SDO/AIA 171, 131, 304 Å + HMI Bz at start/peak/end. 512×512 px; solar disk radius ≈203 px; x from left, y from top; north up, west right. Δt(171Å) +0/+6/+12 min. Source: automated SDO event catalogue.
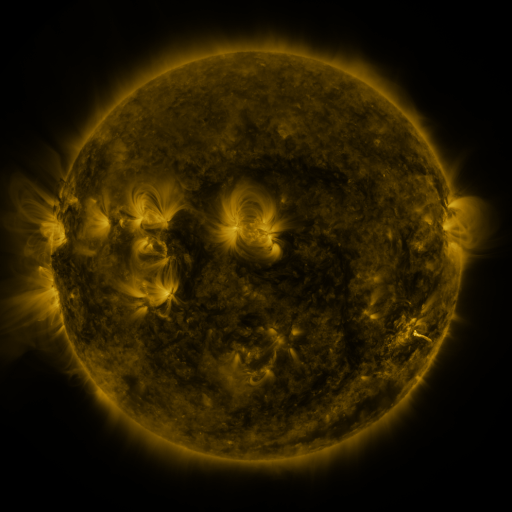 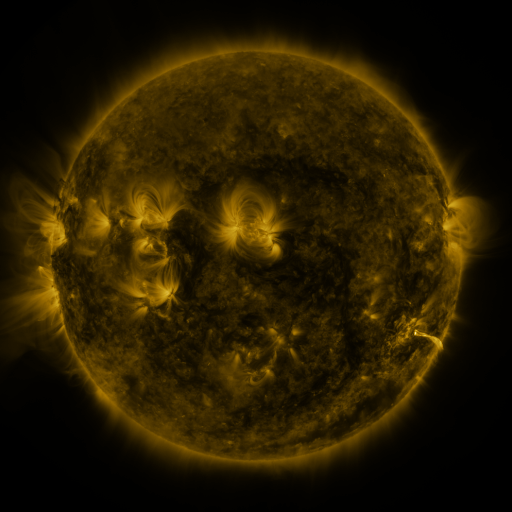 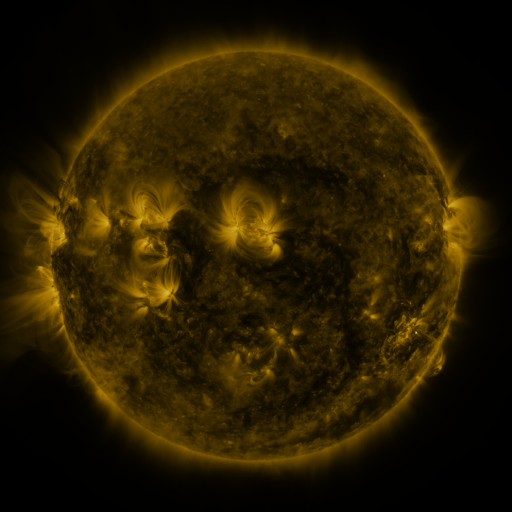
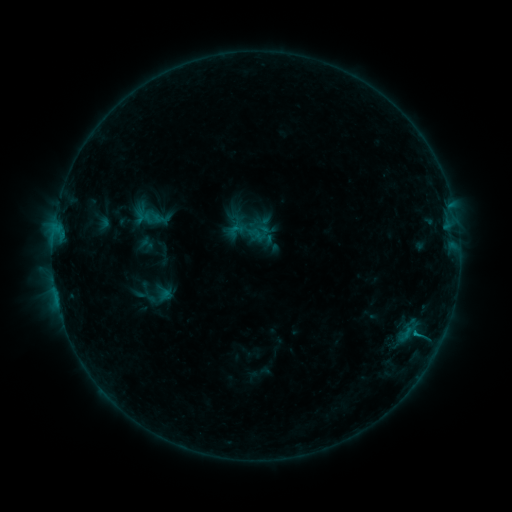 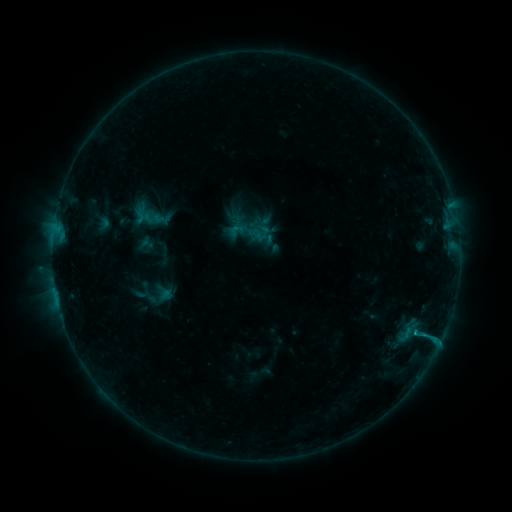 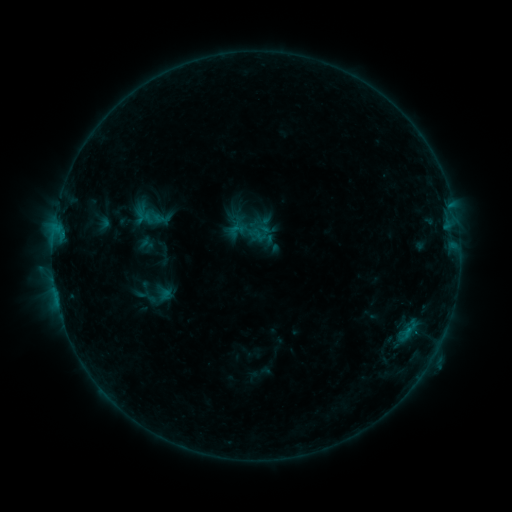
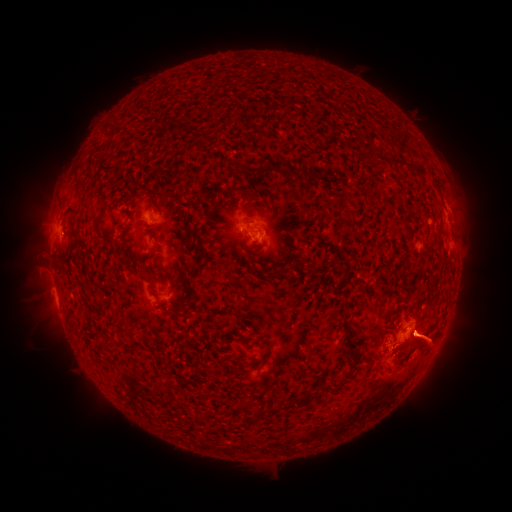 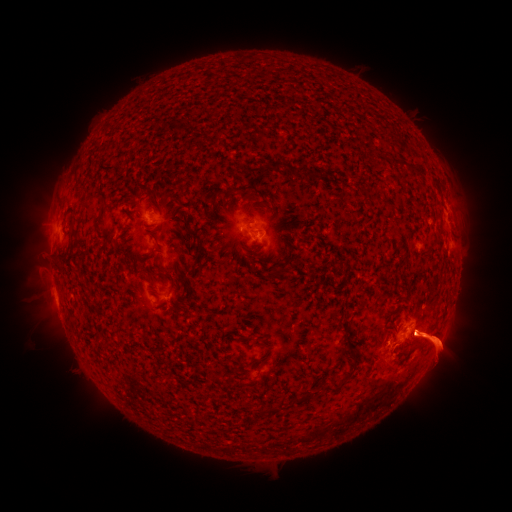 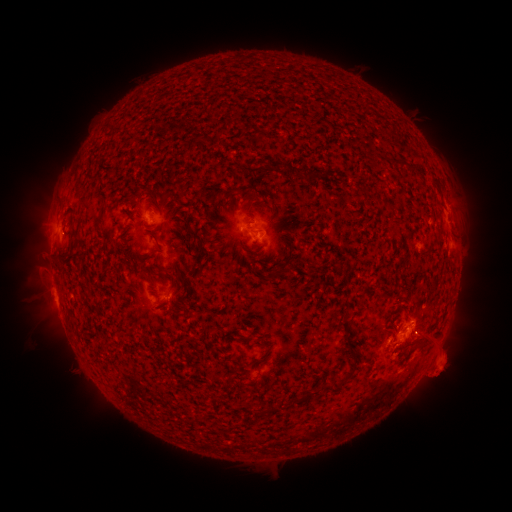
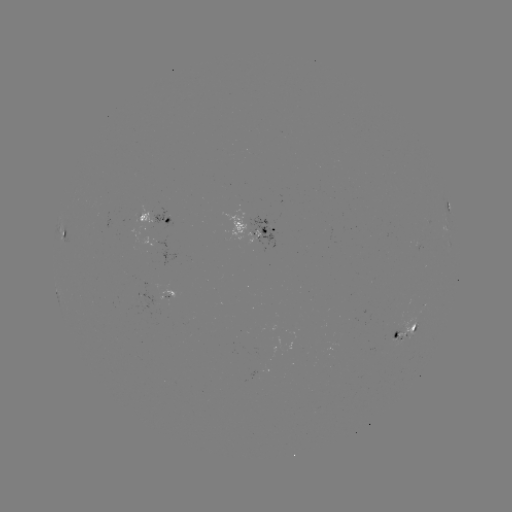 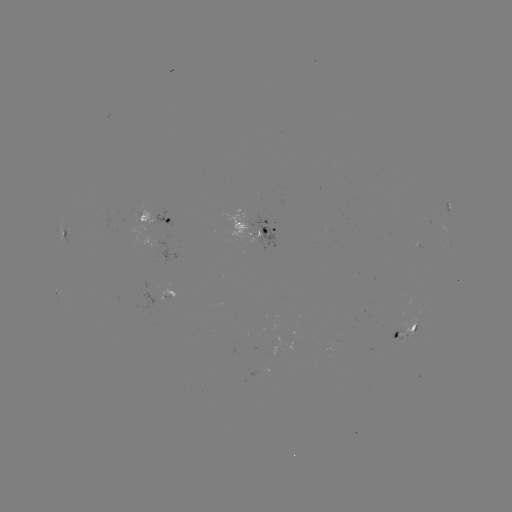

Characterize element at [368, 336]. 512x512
eruption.